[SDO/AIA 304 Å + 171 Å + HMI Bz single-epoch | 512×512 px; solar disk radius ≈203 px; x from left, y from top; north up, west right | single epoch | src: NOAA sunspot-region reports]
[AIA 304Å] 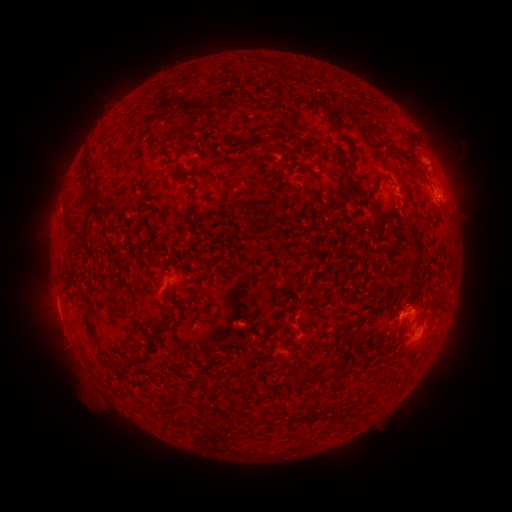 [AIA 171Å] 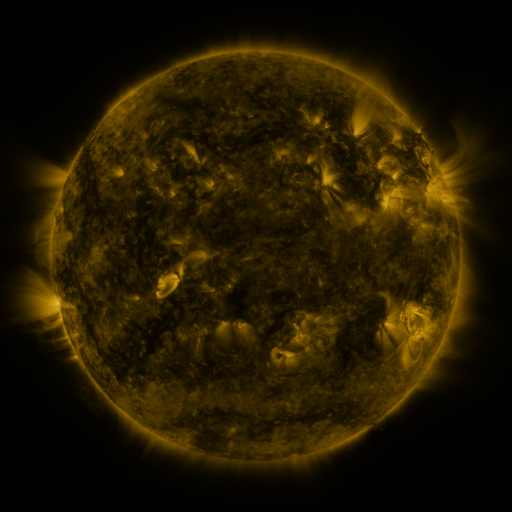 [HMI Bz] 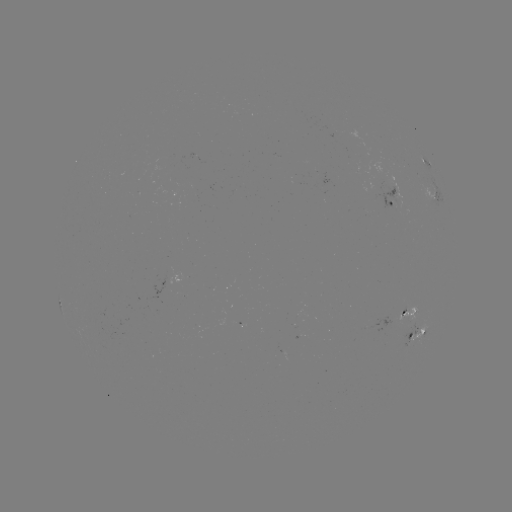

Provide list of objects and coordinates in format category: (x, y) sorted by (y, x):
spotted active region: (431, 171)
spotted active region: (397, 200)
spotted active region: (409, 314)
spotted active region: (417, 334)
